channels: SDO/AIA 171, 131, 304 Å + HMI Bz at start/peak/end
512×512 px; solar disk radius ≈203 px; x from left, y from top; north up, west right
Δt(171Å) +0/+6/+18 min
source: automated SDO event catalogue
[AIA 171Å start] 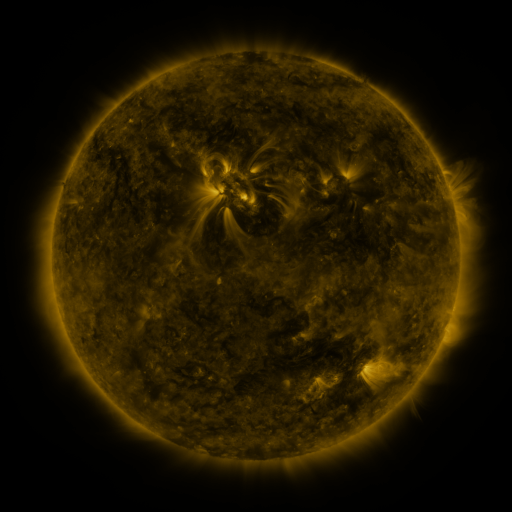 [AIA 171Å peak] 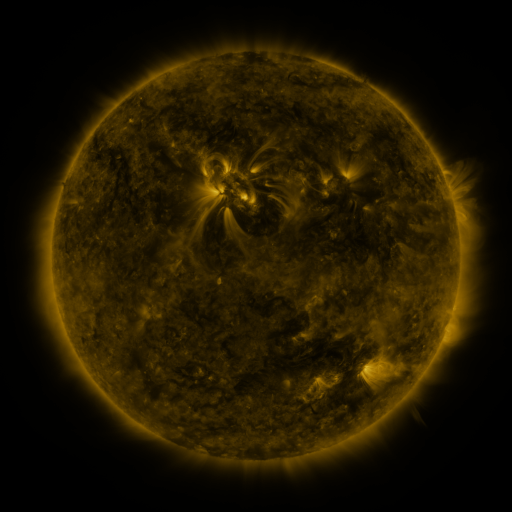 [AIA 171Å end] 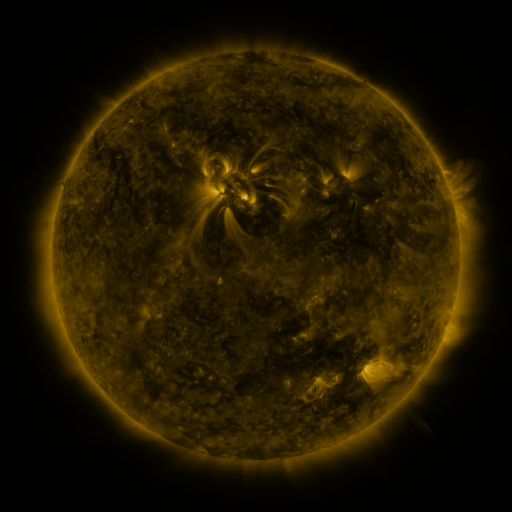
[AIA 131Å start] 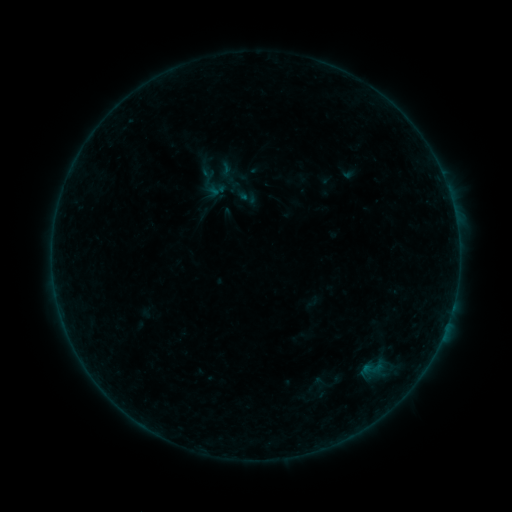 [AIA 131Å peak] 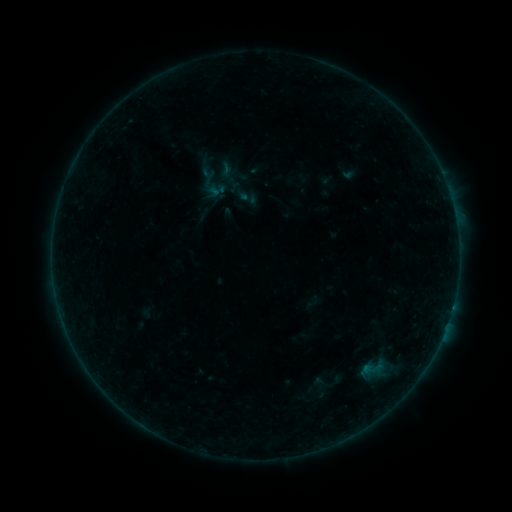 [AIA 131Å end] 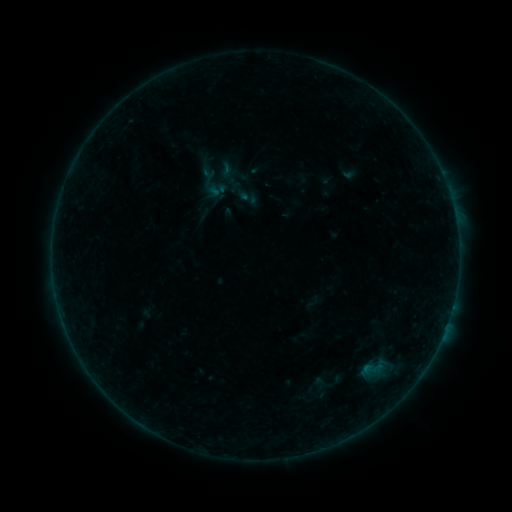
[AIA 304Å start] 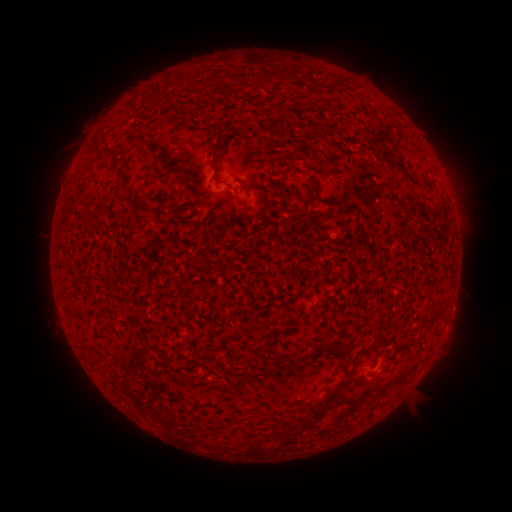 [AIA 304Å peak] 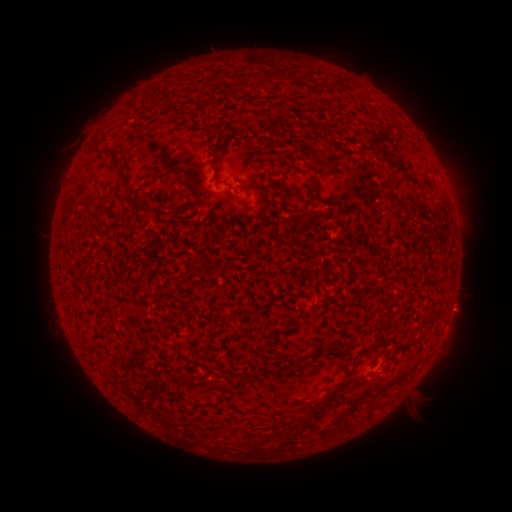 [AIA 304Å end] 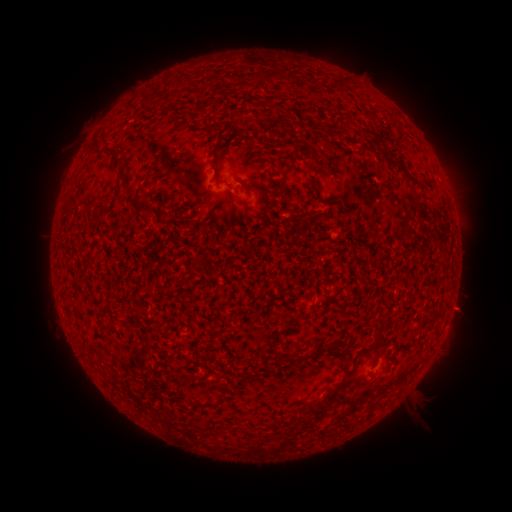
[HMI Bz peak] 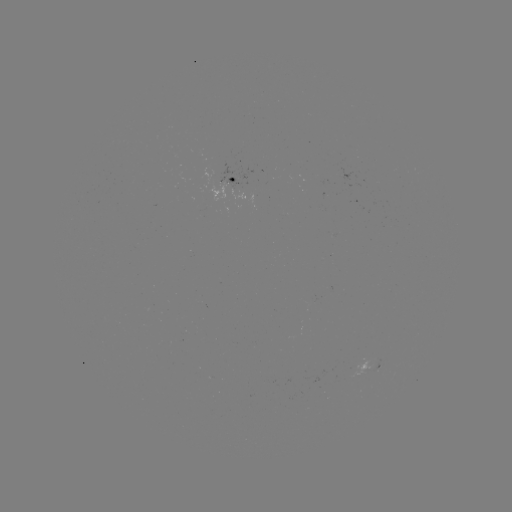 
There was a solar flare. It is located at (453, 305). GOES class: B2.2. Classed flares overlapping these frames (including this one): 1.